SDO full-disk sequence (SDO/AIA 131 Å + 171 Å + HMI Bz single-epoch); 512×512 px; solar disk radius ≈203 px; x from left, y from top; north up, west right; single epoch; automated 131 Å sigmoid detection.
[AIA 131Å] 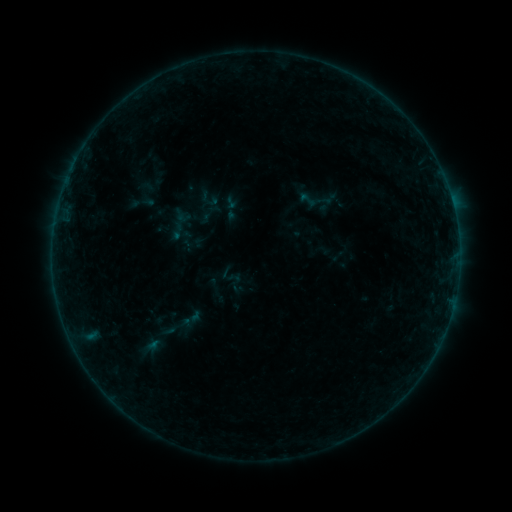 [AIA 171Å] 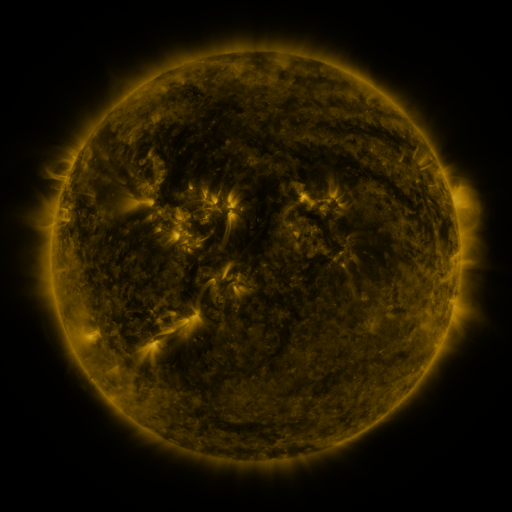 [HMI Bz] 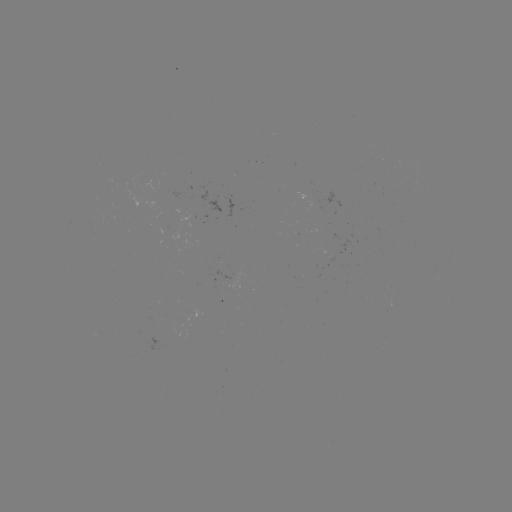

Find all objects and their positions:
sigmoid: (307, 199)
sigmoid: (177, 231)
